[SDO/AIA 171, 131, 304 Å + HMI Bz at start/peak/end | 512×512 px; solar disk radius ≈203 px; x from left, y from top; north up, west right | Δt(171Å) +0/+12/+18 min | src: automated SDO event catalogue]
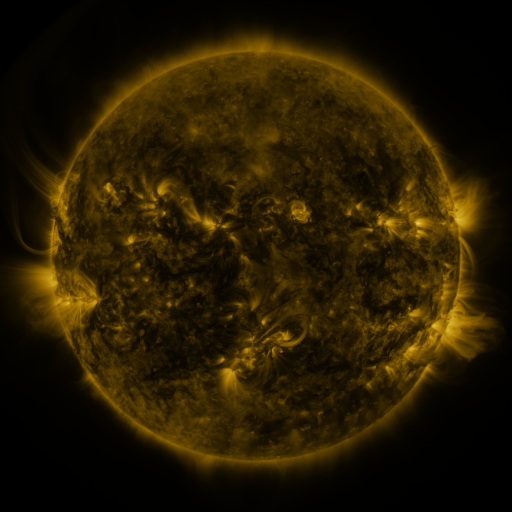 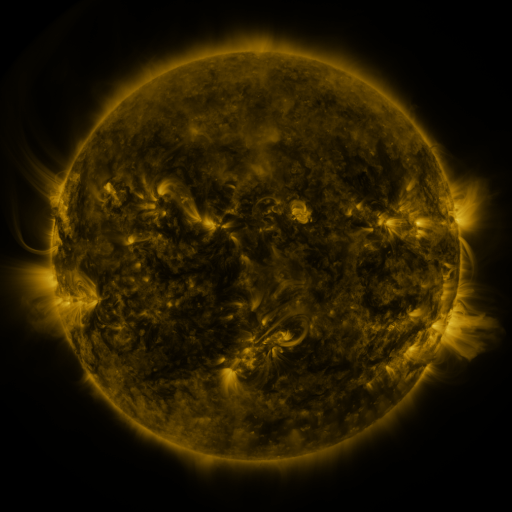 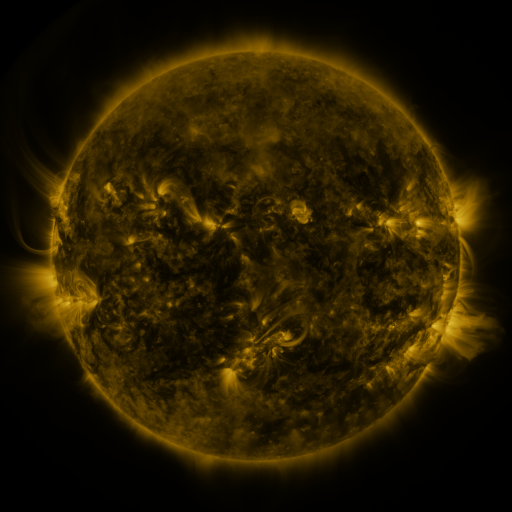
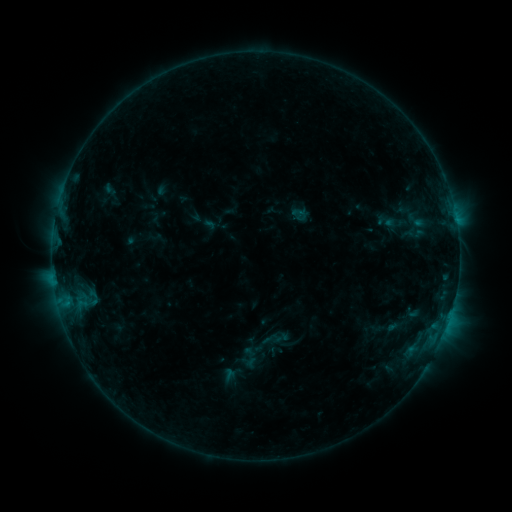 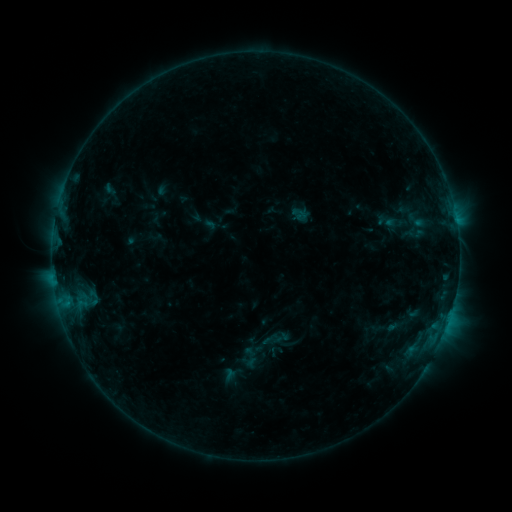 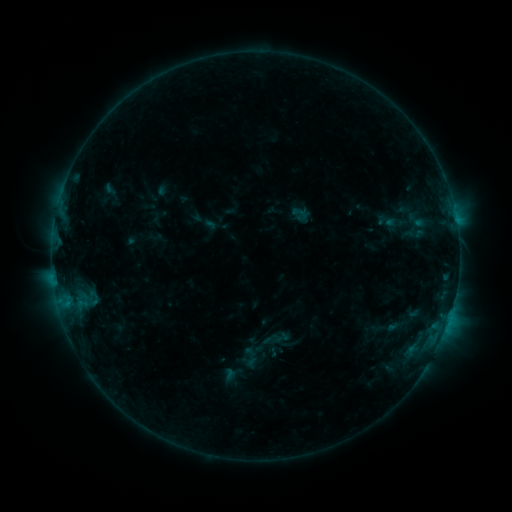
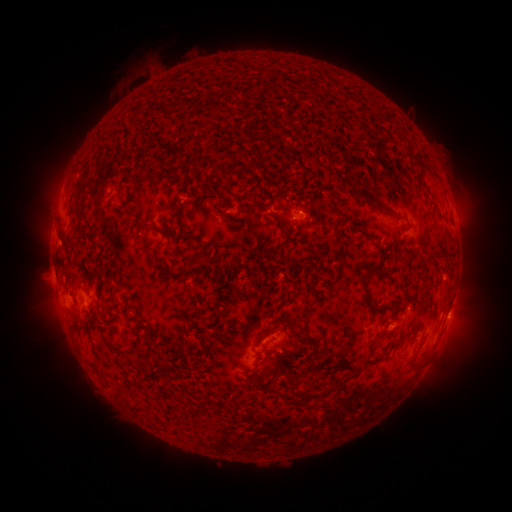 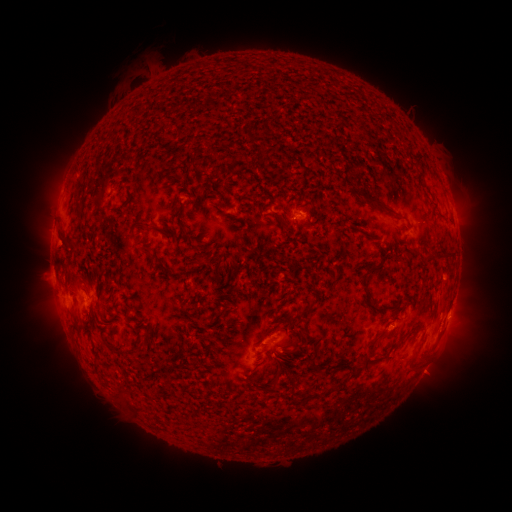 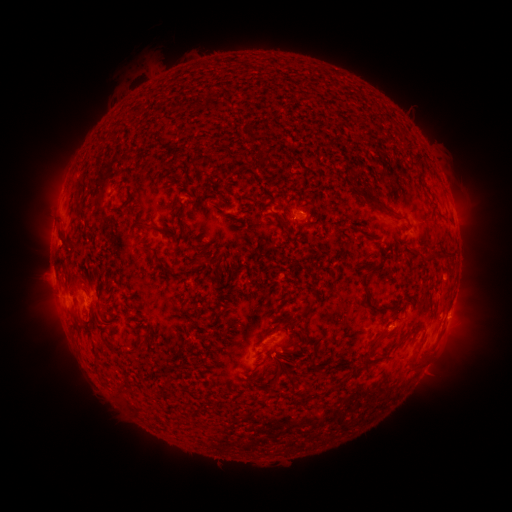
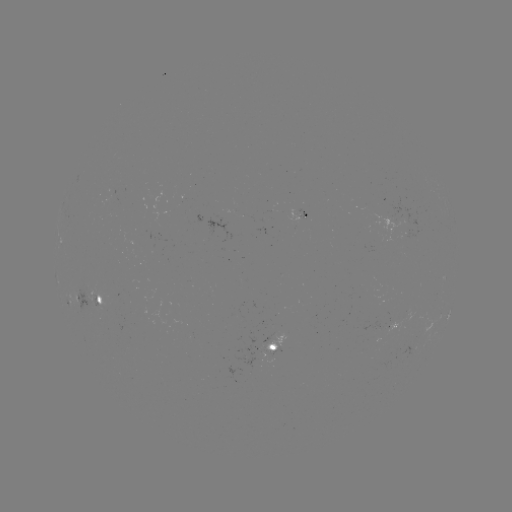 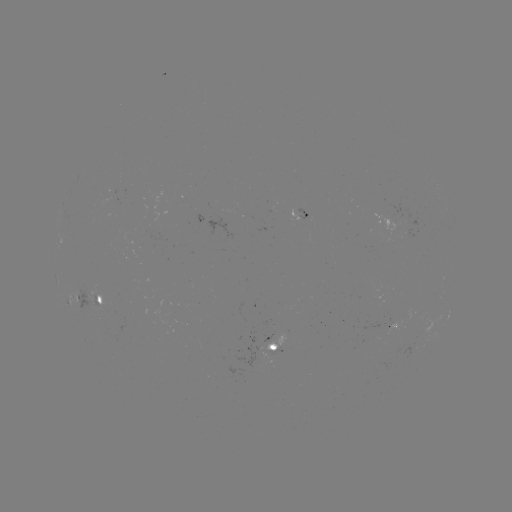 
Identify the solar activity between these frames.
no classed flare was catalogued and no EUV brightening was flagged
